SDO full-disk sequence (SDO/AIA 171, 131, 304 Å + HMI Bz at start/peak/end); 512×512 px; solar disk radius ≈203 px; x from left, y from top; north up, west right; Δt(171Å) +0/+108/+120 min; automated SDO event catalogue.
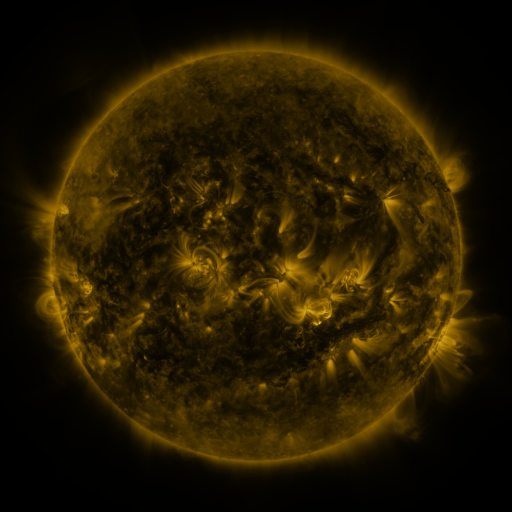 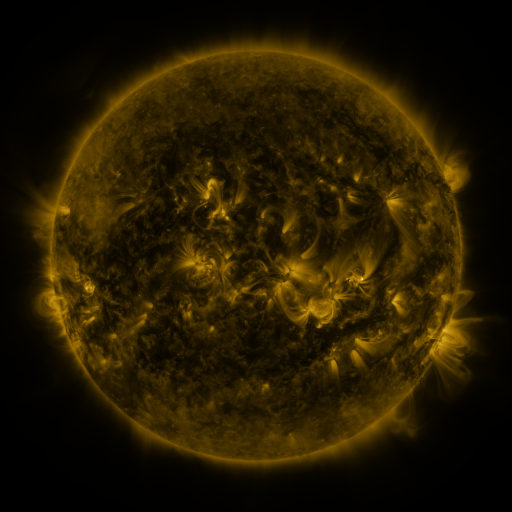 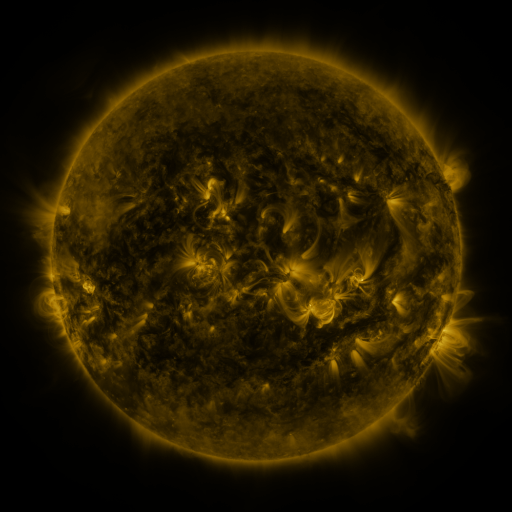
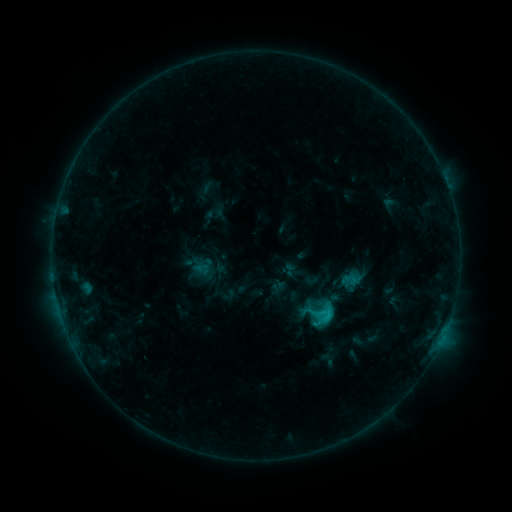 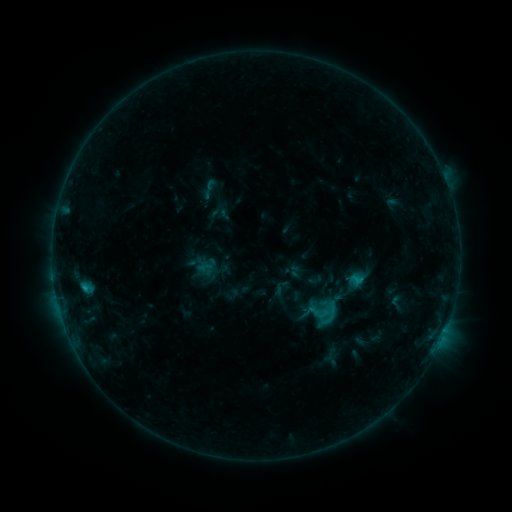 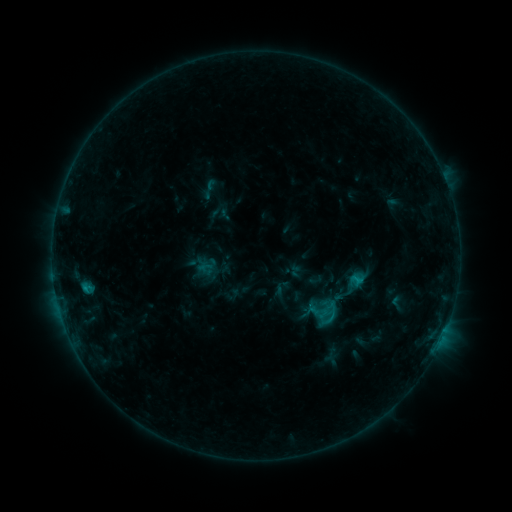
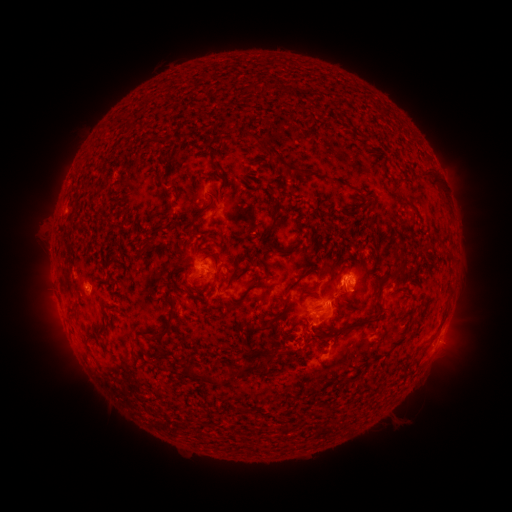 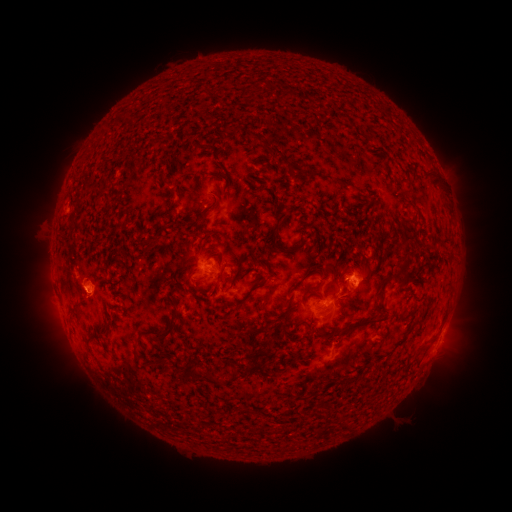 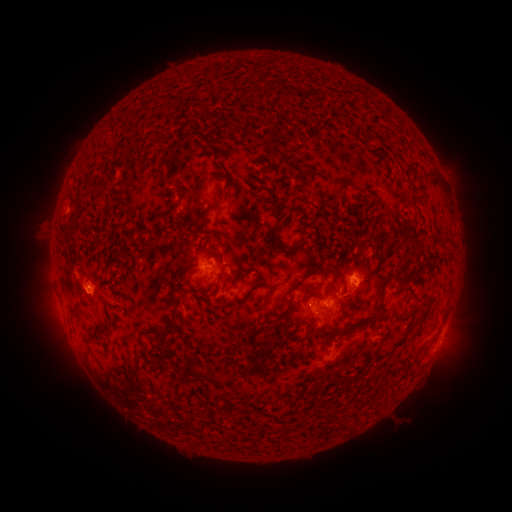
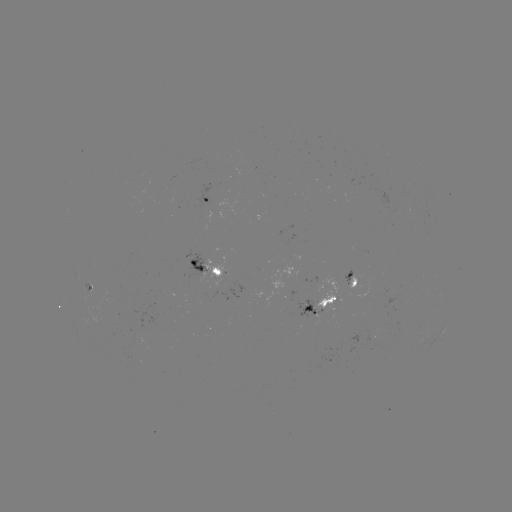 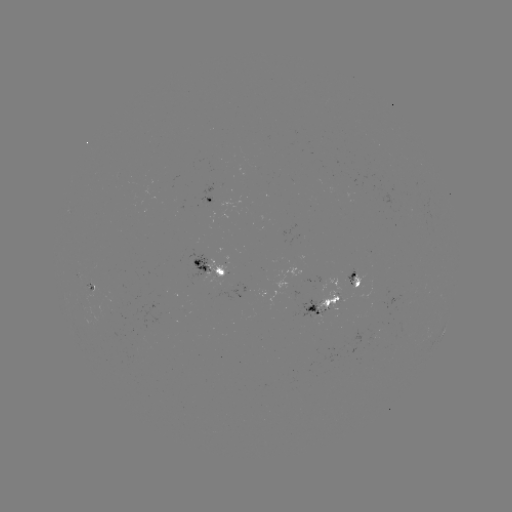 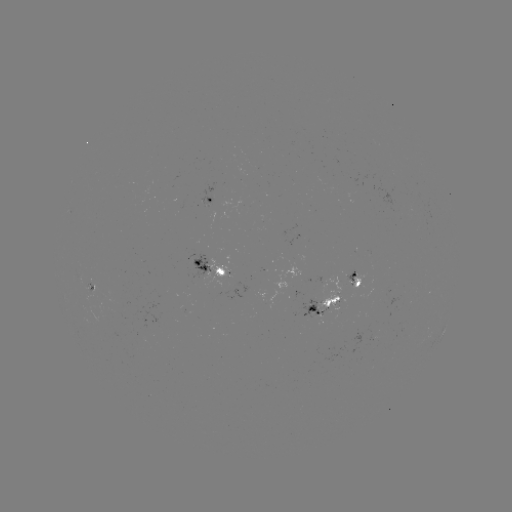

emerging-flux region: <bbox>348, 275, 364, 288</bbox>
